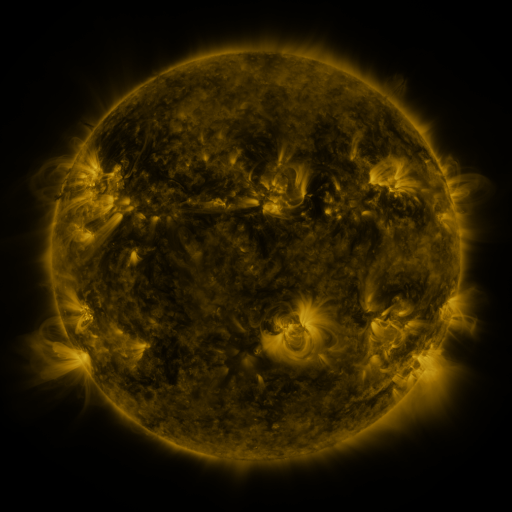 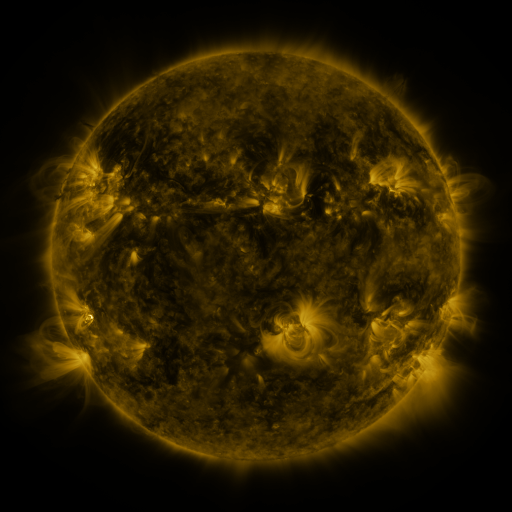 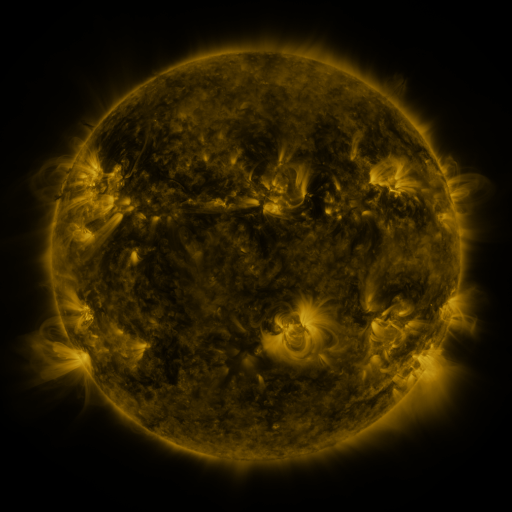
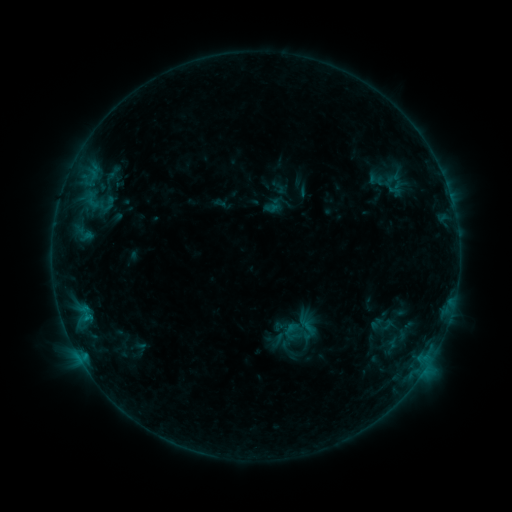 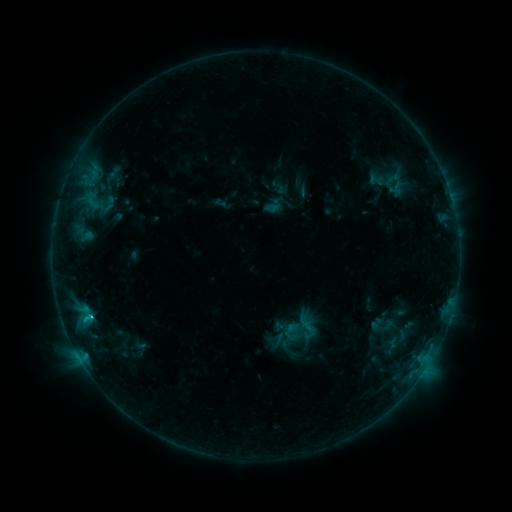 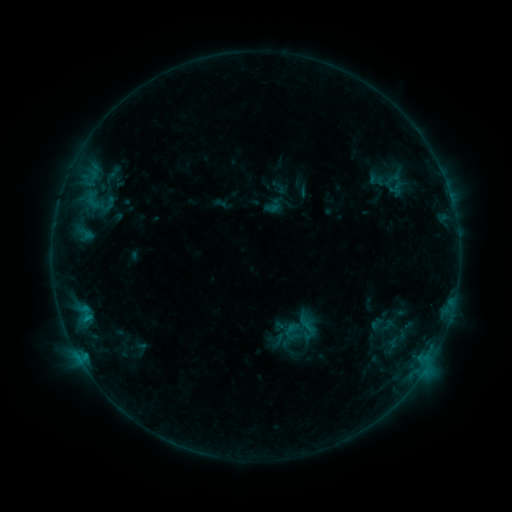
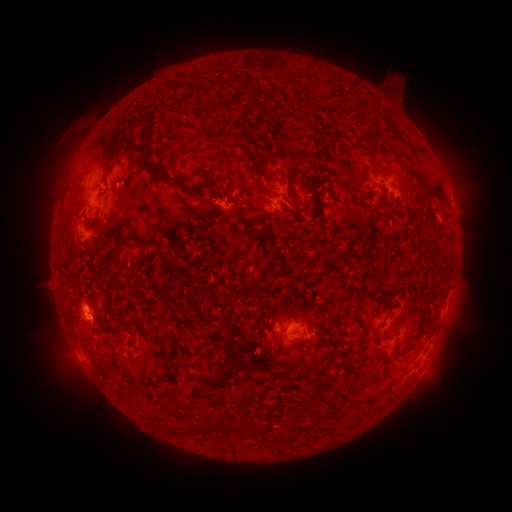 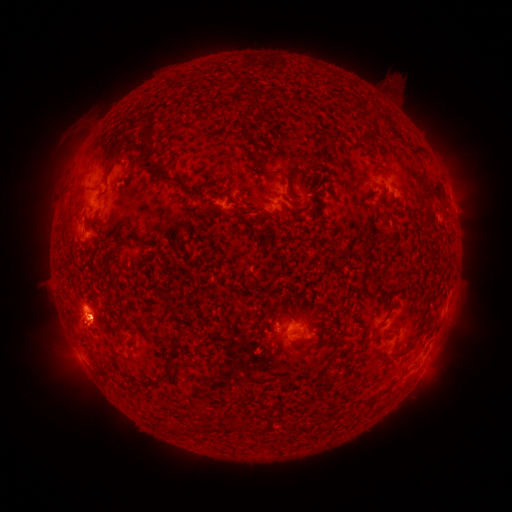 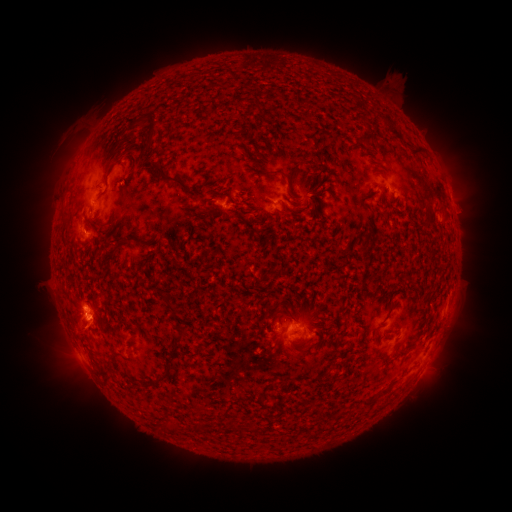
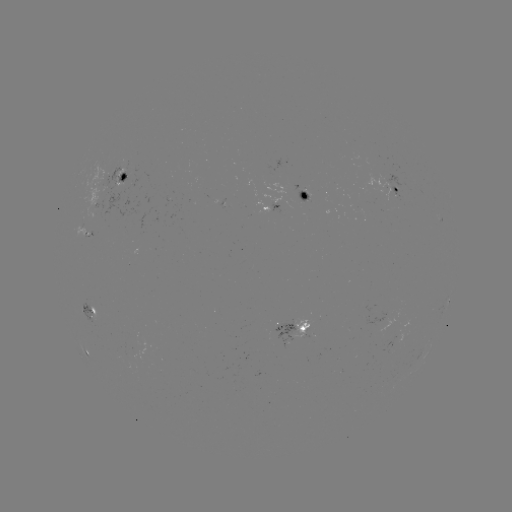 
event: eruption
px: (79, 322)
